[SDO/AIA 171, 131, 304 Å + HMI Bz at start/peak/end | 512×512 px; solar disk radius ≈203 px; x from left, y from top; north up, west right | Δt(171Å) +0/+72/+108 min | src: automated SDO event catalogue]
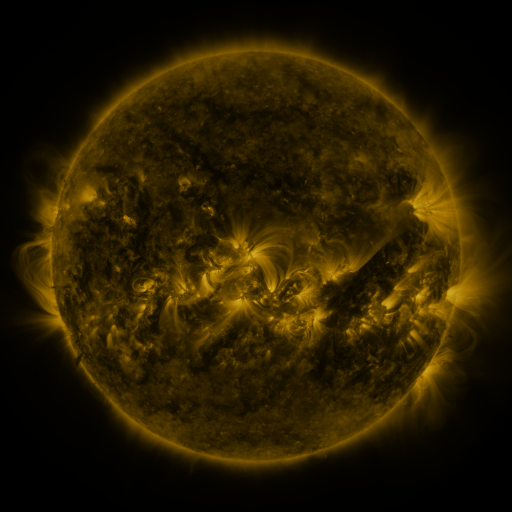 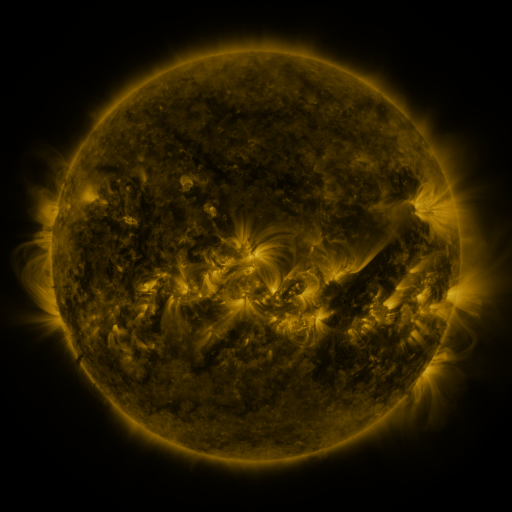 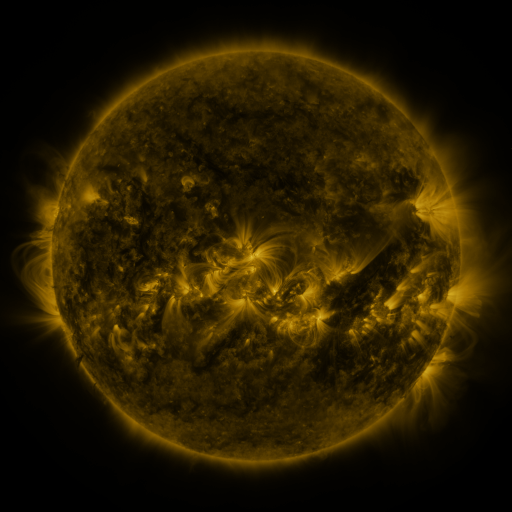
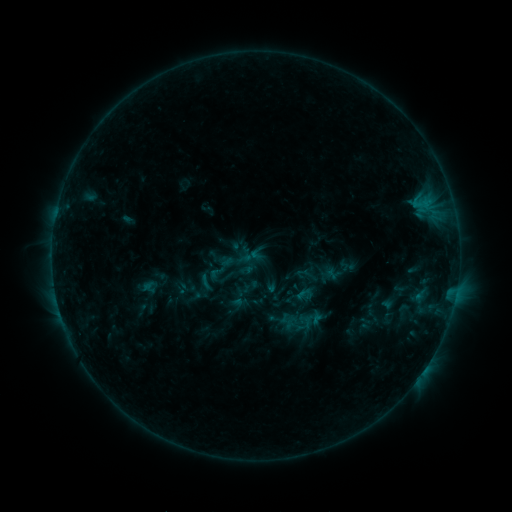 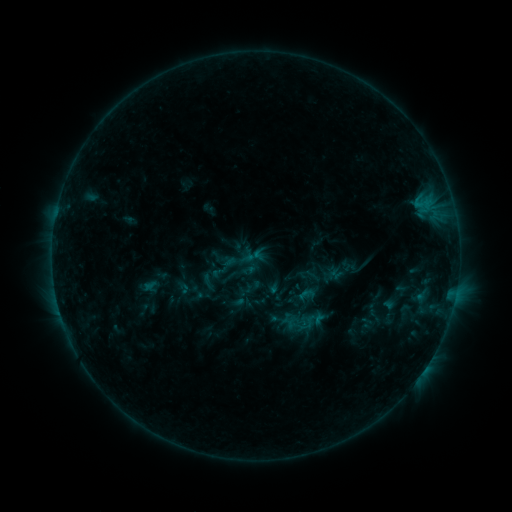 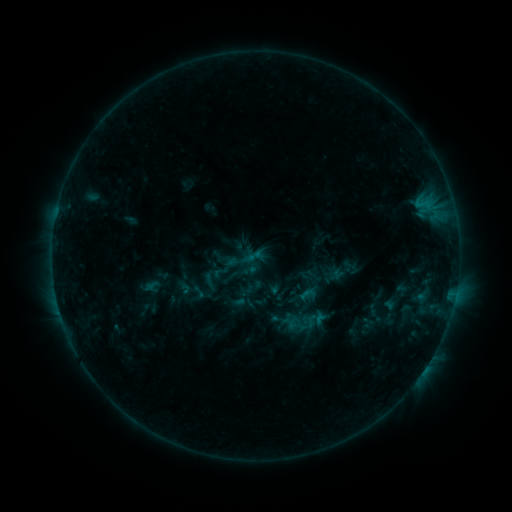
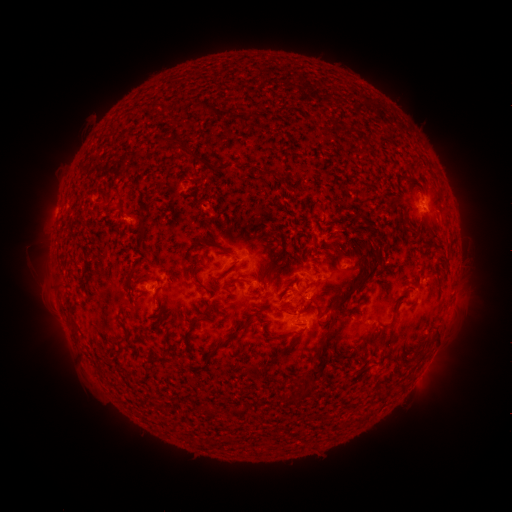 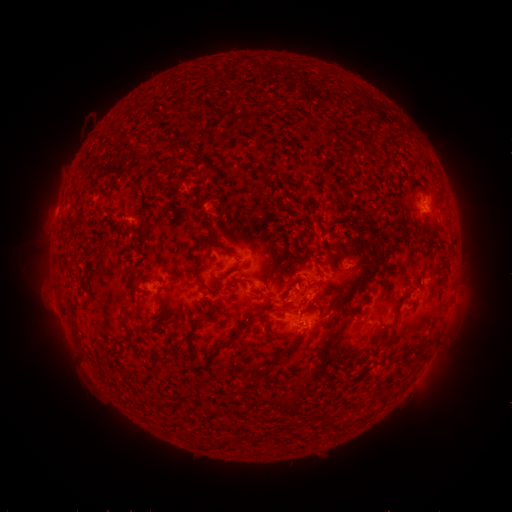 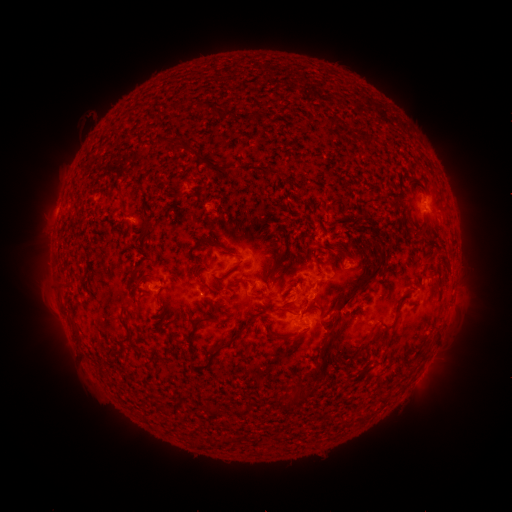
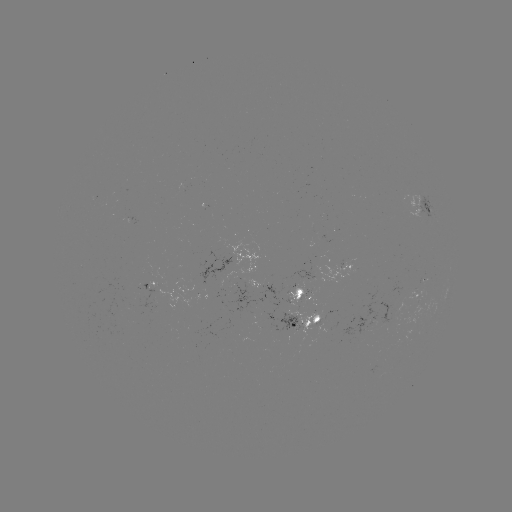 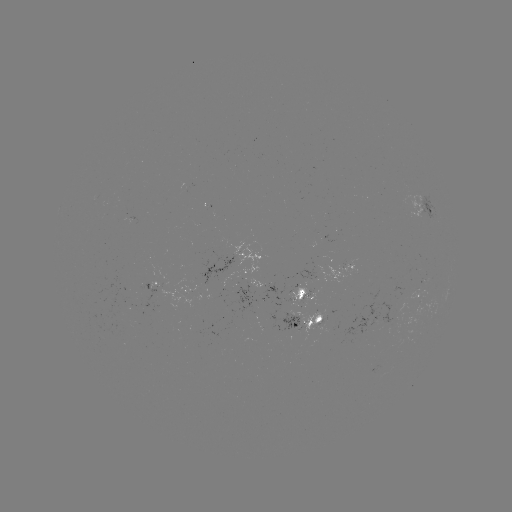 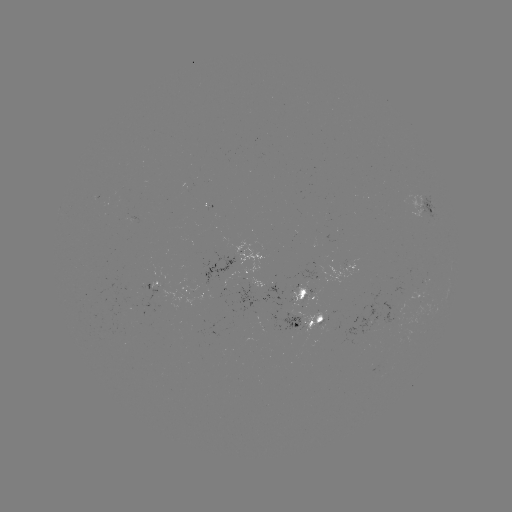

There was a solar emerging-flux region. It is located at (296, 298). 